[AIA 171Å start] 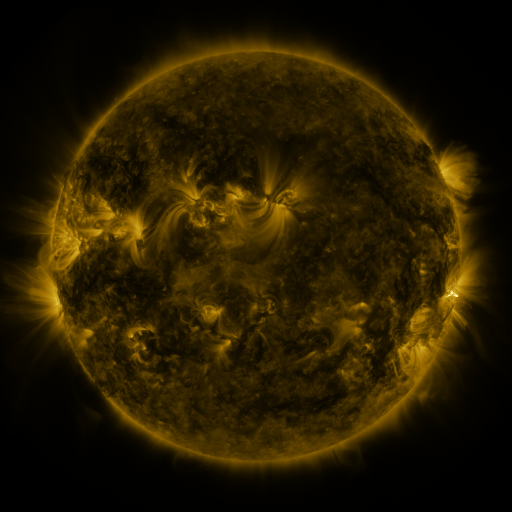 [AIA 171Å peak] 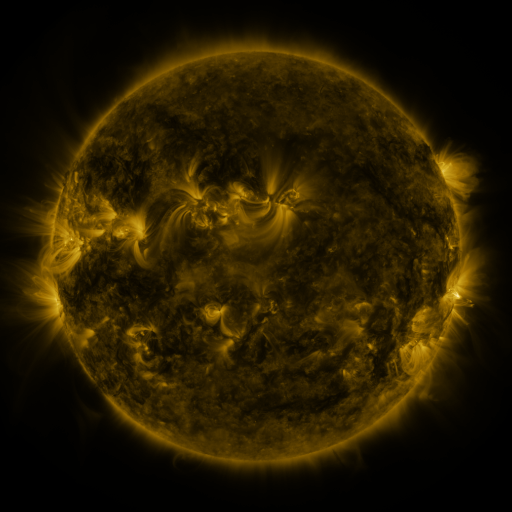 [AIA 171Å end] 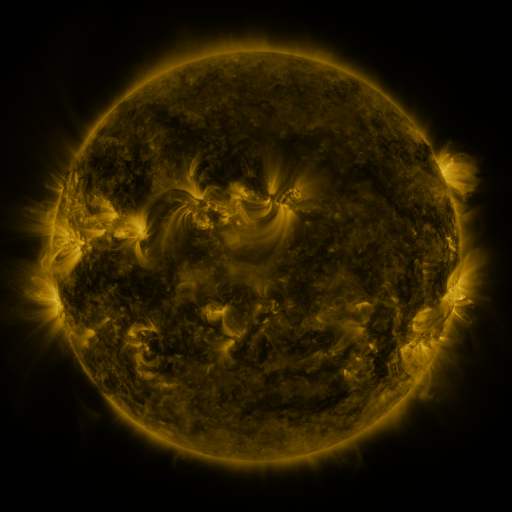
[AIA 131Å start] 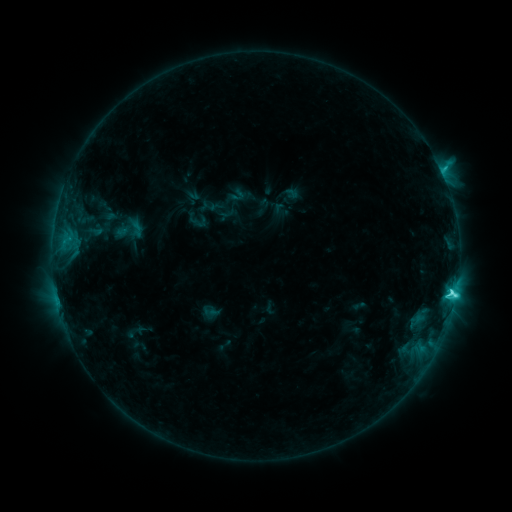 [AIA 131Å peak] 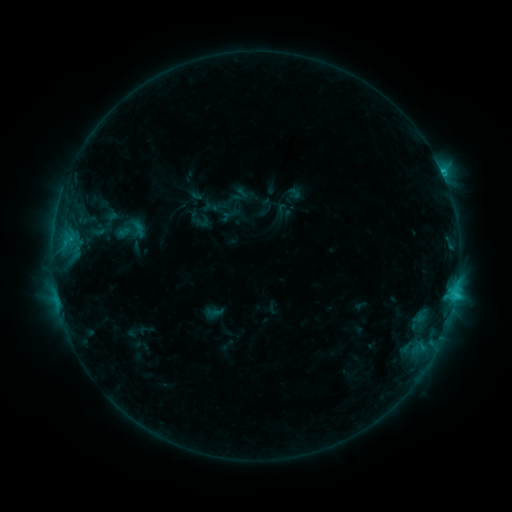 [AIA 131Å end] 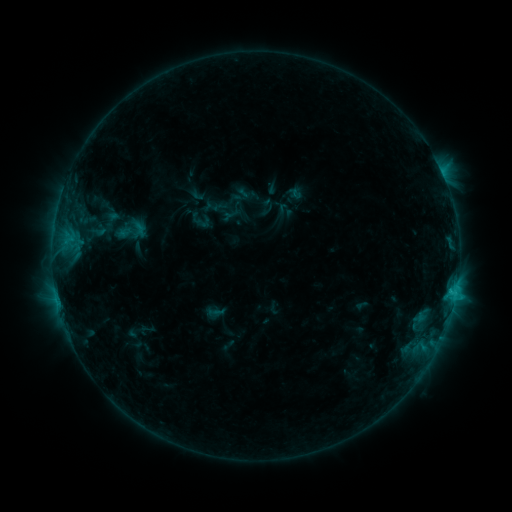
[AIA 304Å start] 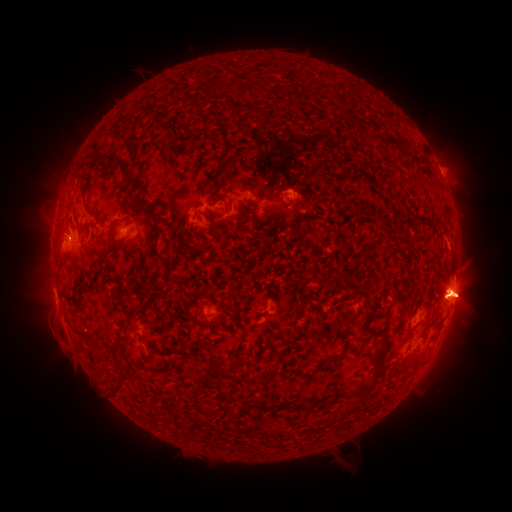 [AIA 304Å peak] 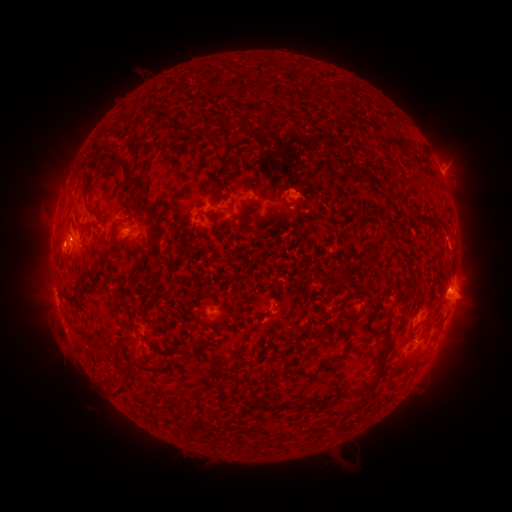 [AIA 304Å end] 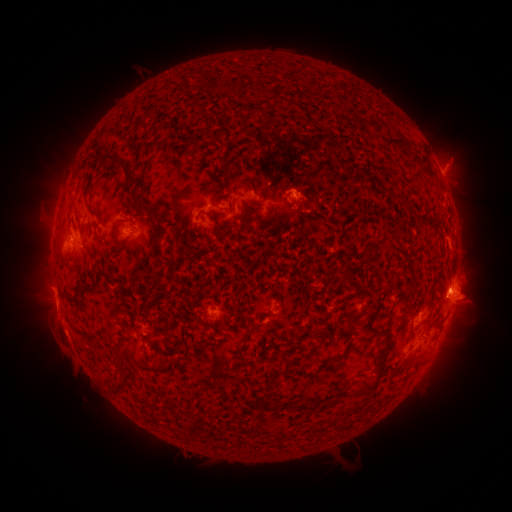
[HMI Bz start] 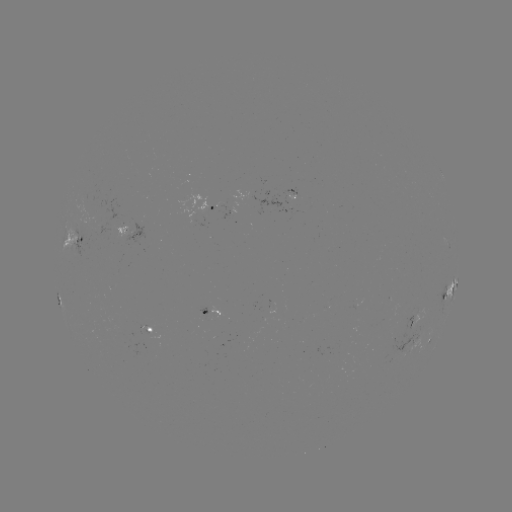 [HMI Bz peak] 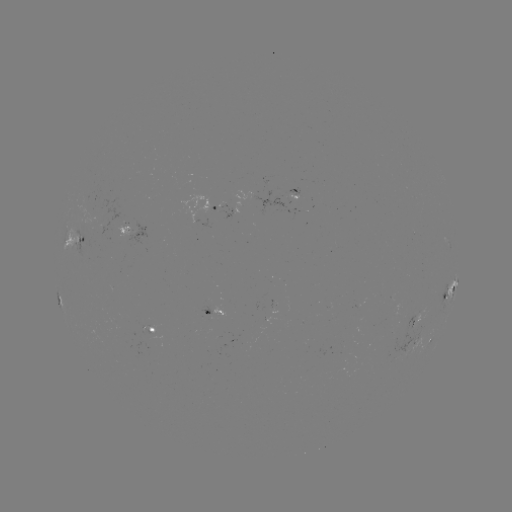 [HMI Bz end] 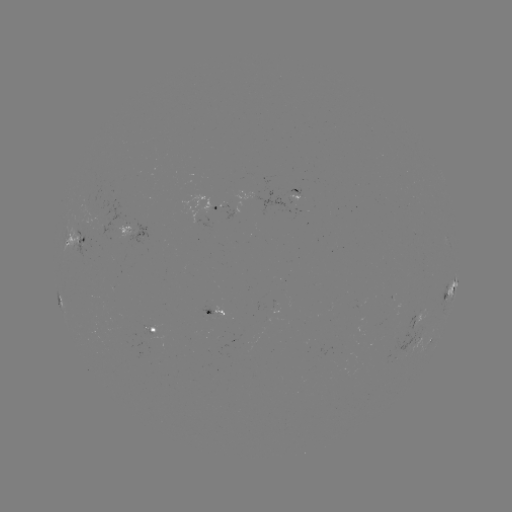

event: emerging-flux region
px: (125, 227)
